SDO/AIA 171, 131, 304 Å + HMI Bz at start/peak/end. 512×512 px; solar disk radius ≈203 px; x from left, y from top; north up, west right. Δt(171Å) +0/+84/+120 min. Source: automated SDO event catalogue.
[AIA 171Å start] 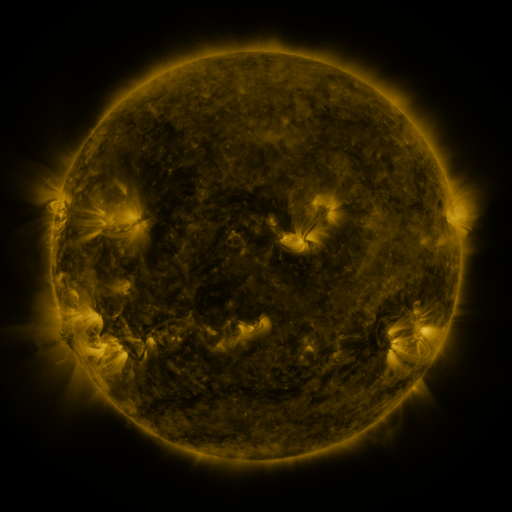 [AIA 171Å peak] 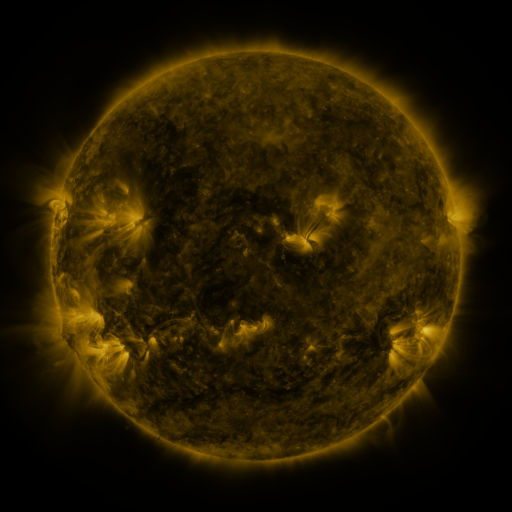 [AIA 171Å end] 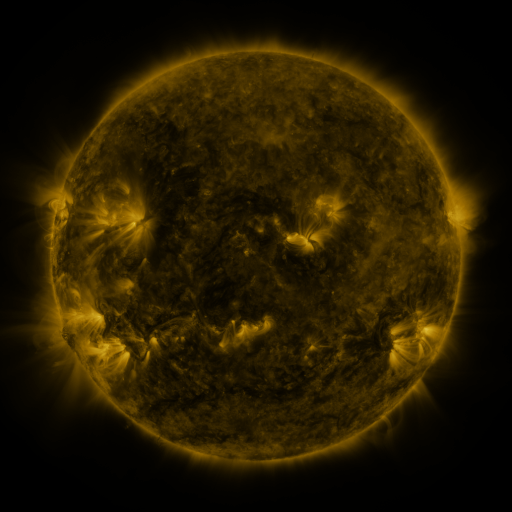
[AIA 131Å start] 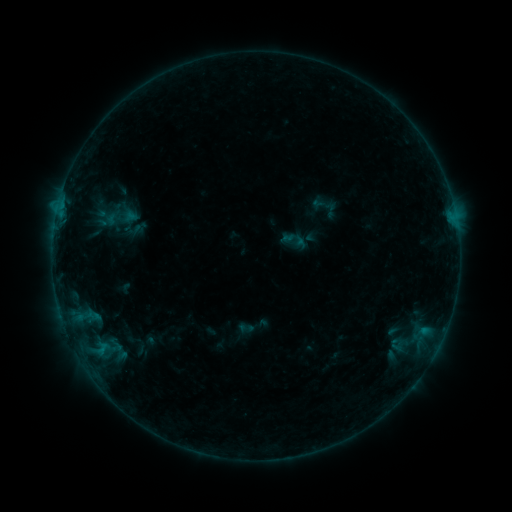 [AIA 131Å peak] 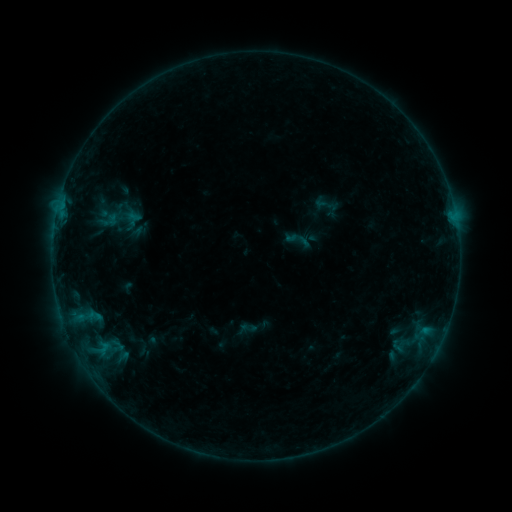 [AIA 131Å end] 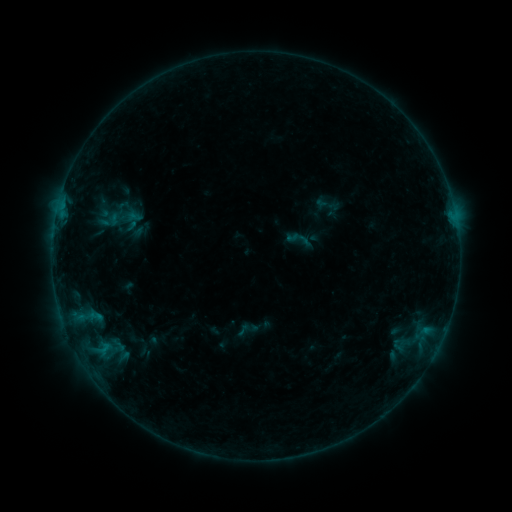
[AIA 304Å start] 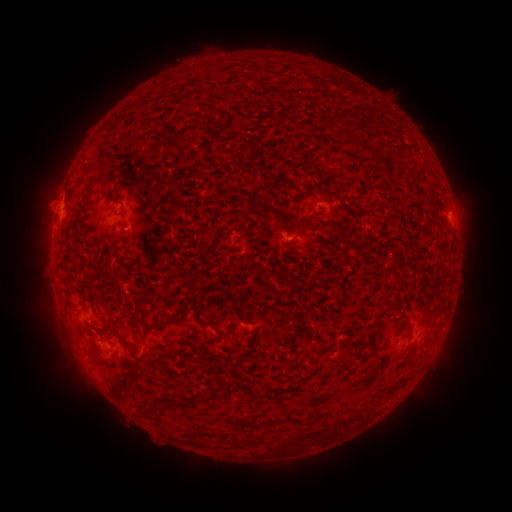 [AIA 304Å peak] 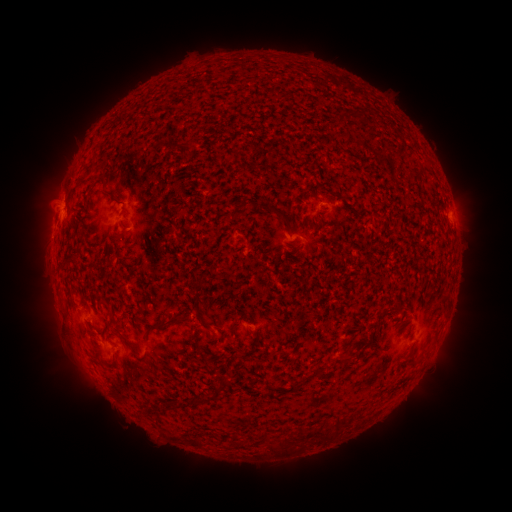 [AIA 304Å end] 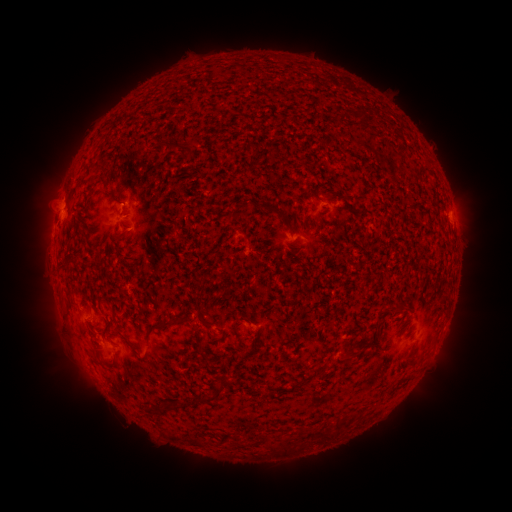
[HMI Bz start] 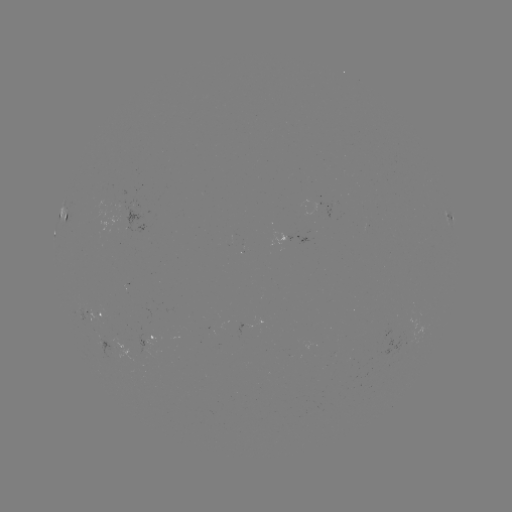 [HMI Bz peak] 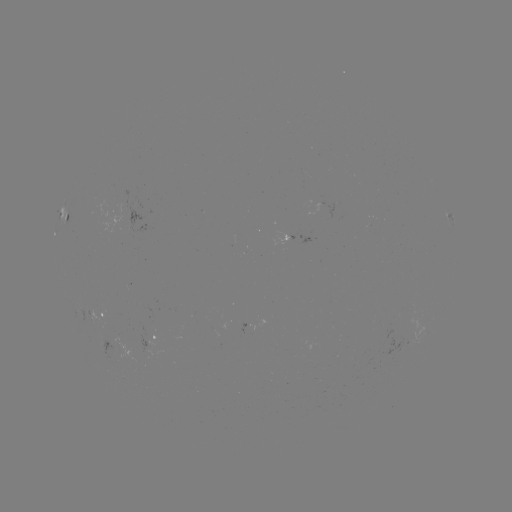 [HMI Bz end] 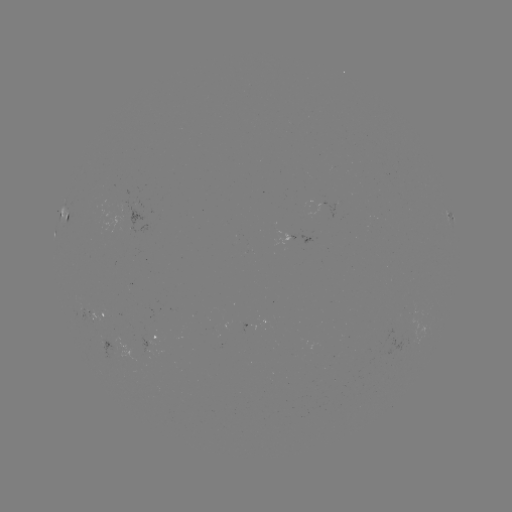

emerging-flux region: (96, 334, 124, 353)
